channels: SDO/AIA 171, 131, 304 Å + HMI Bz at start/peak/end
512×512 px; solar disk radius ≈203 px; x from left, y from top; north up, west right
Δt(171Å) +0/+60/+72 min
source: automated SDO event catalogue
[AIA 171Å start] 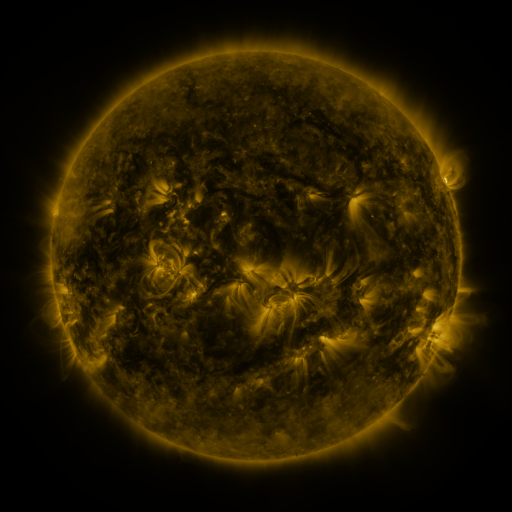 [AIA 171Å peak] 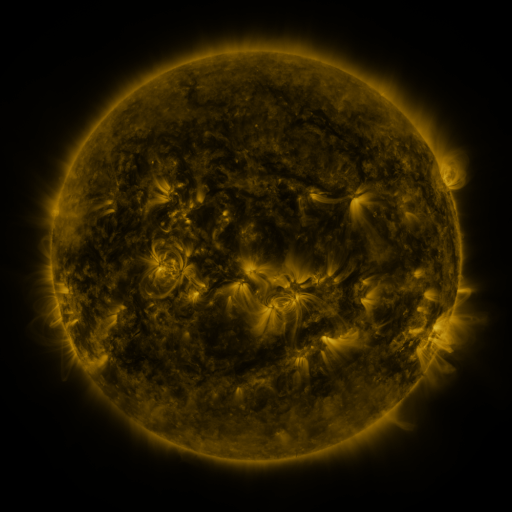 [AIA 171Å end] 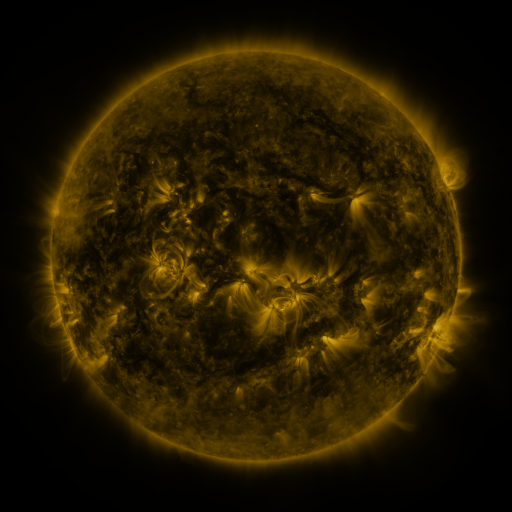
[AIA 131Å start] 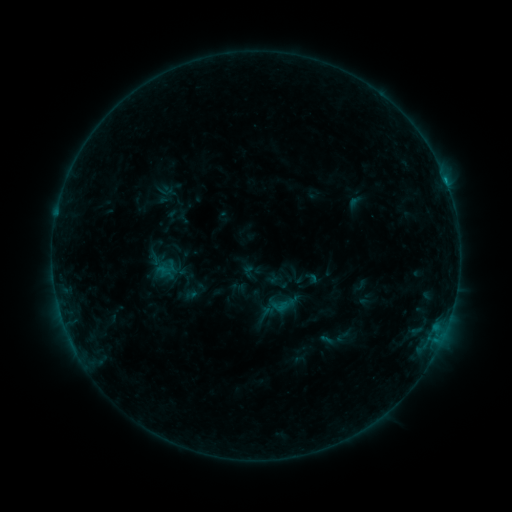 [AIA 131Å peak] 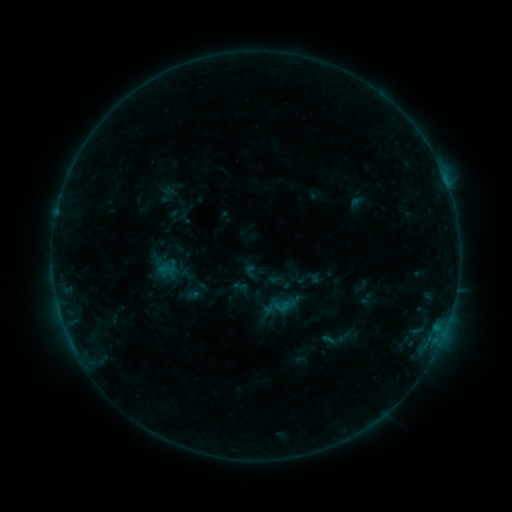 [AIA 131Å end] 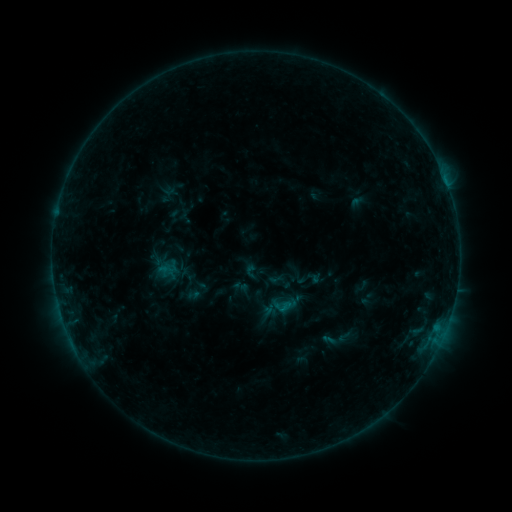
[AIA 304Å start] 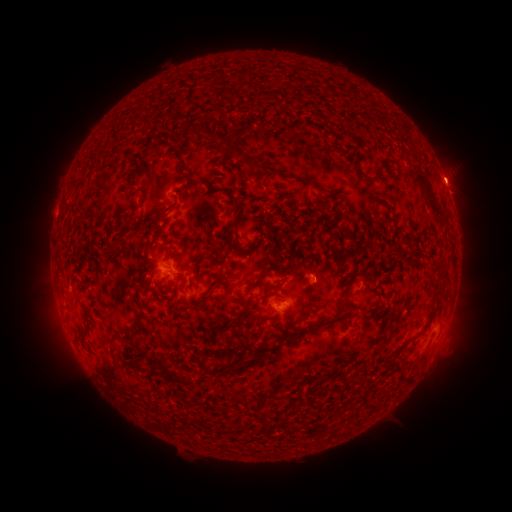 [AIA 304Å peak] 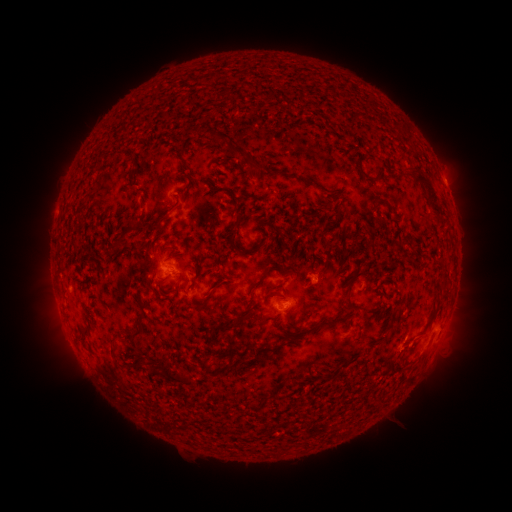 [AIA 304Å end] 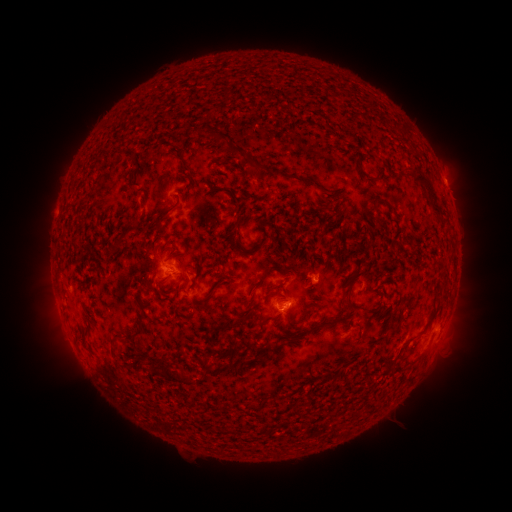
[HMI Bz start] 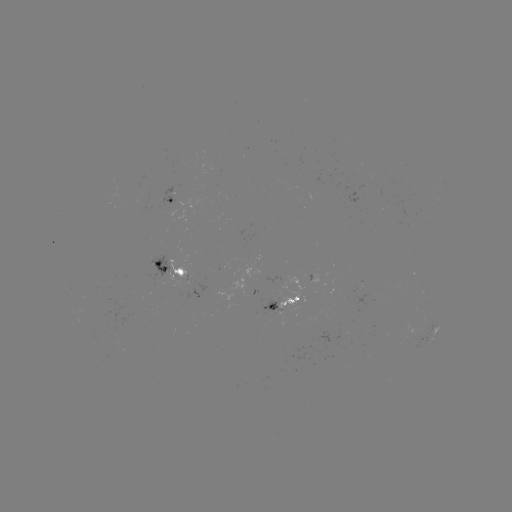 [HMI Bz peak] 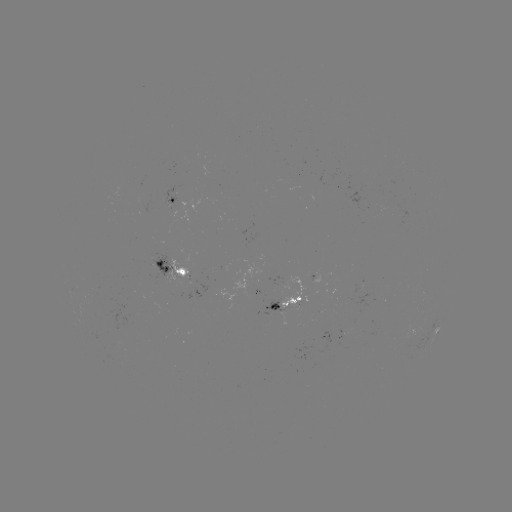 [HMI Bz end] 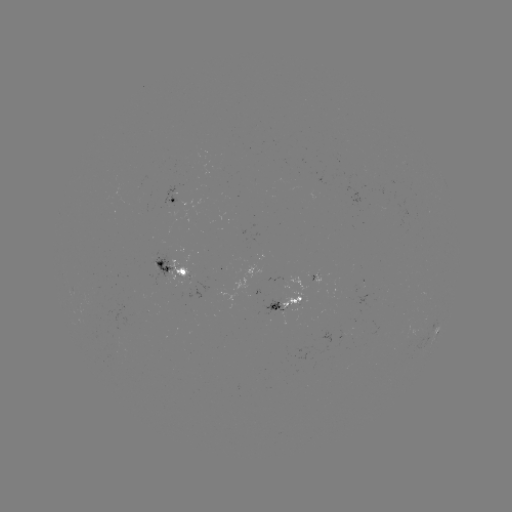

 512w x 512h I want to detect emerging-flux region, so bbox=[262, 300, 286, 321].